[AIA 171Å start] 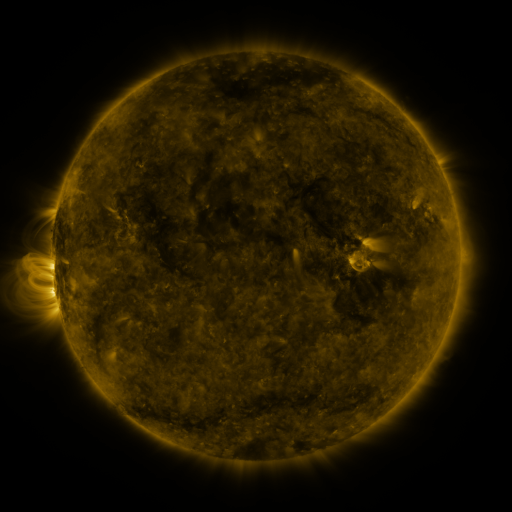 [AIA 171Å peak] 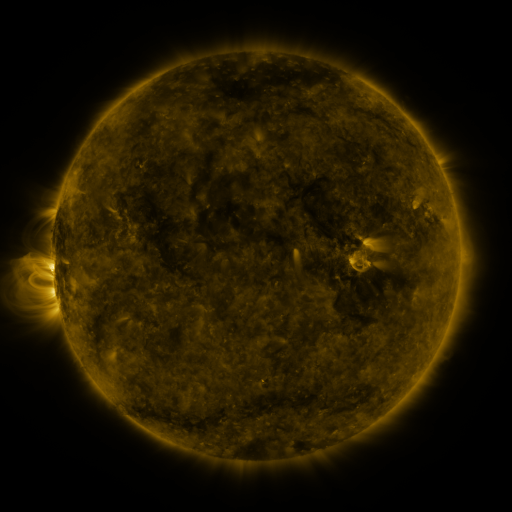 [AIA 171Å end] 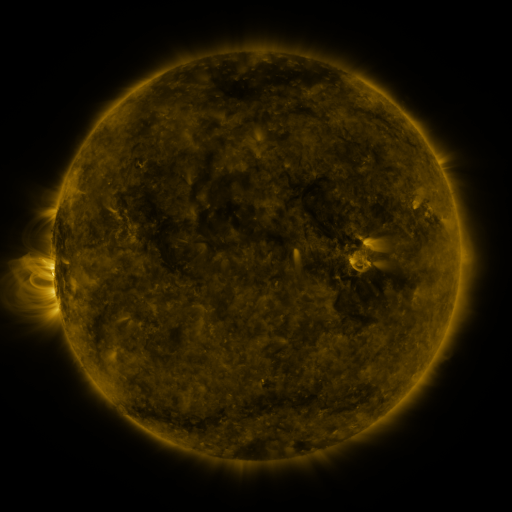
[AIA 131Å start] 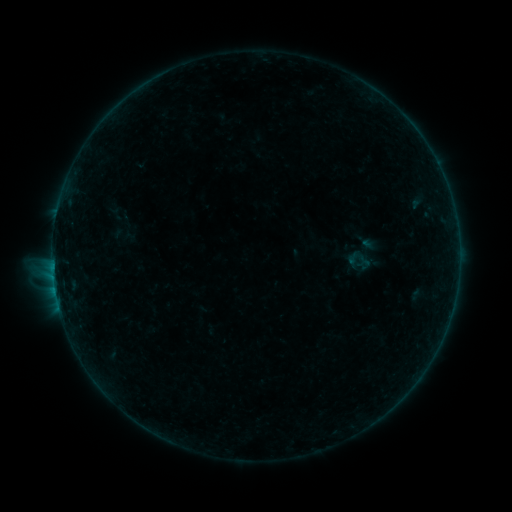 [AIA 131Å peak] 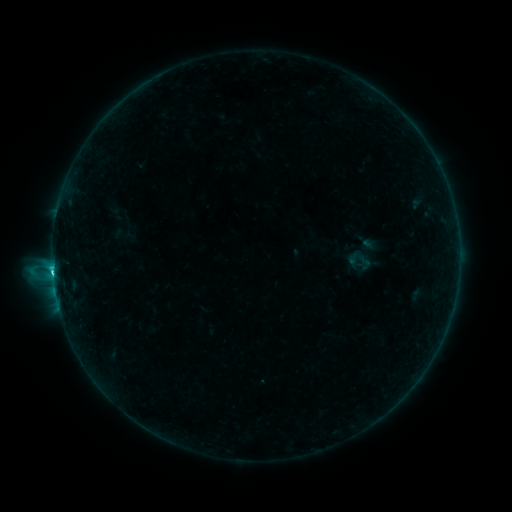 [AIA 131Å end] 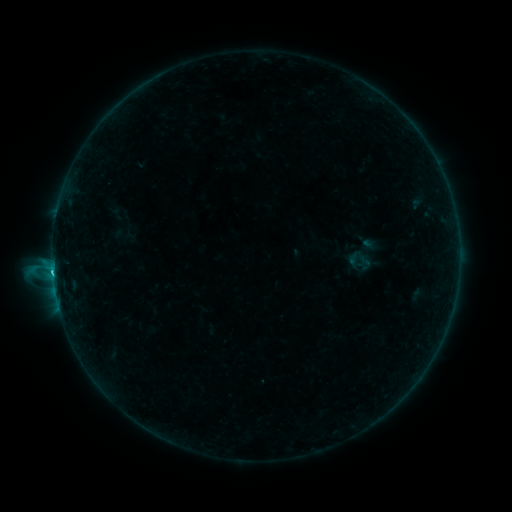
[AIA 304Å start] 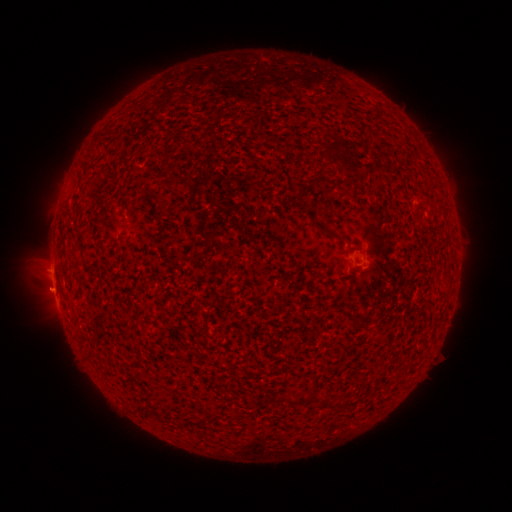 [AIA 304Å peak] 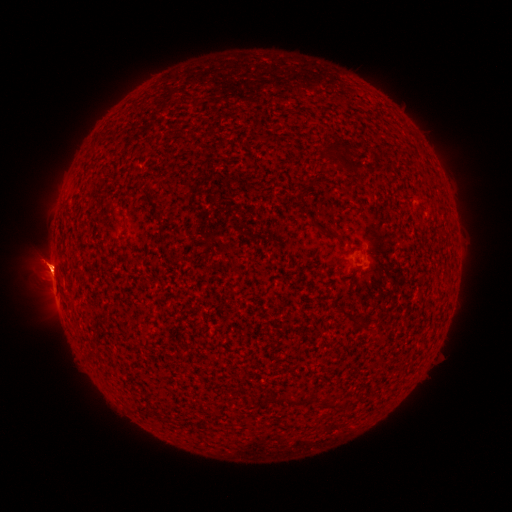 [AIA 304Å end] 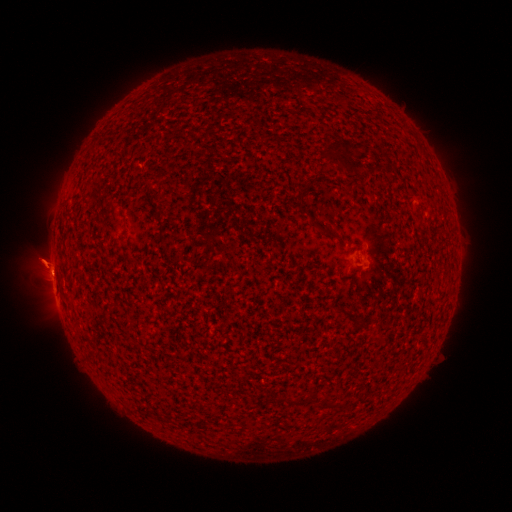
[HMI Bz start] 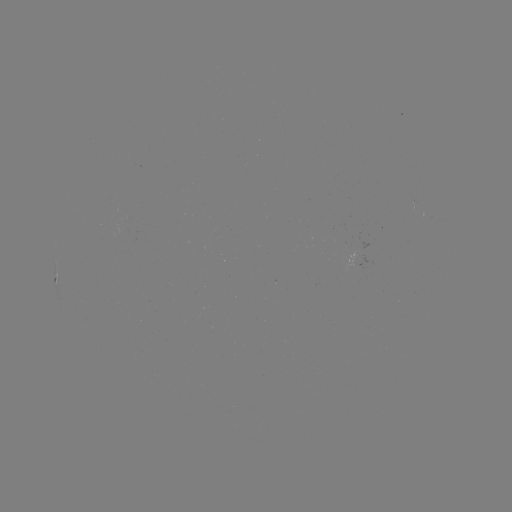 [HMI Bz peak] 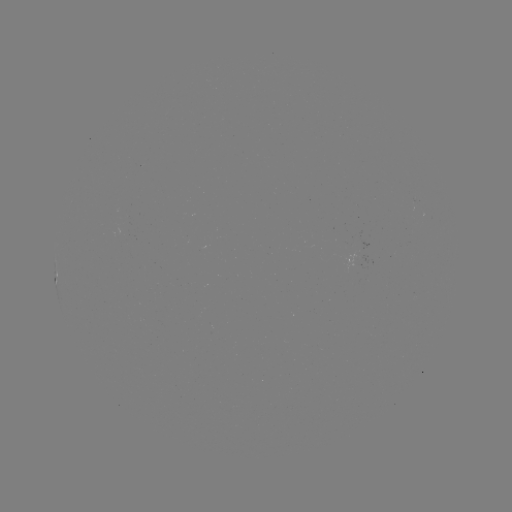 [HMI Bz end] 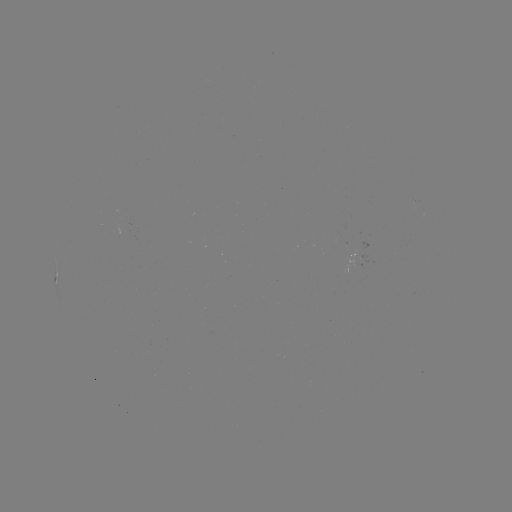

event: flare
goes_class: C1.4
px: (53, 270)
